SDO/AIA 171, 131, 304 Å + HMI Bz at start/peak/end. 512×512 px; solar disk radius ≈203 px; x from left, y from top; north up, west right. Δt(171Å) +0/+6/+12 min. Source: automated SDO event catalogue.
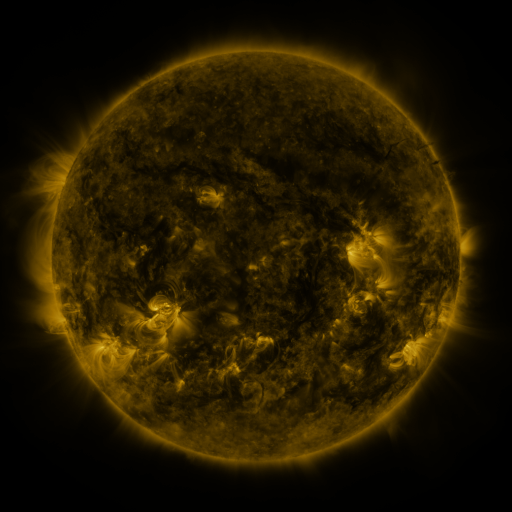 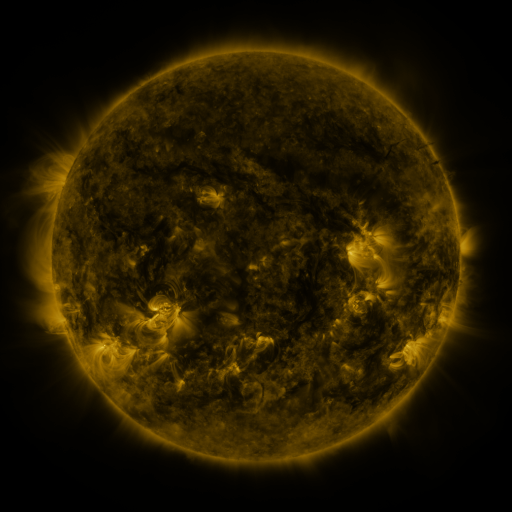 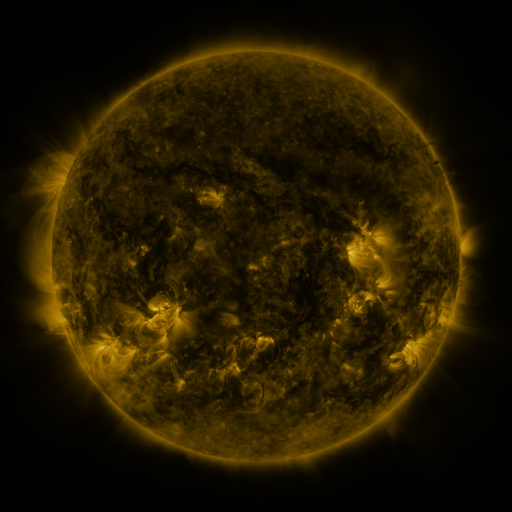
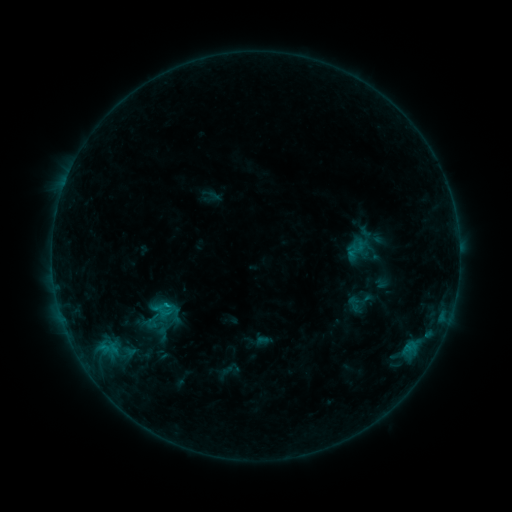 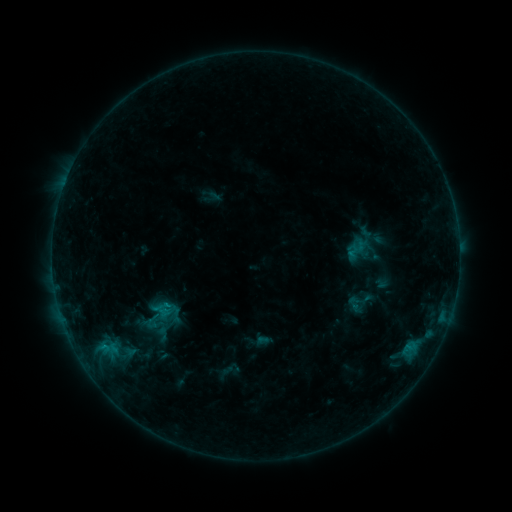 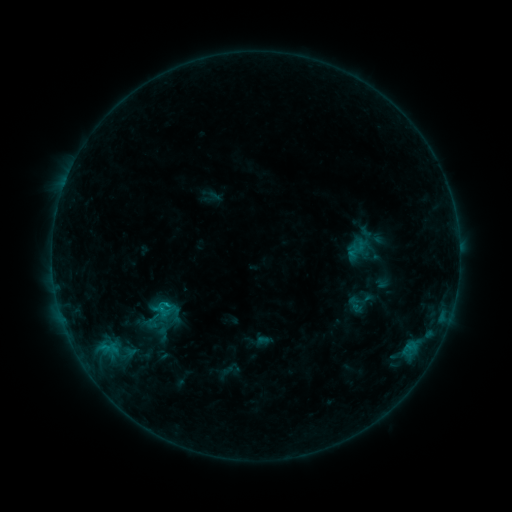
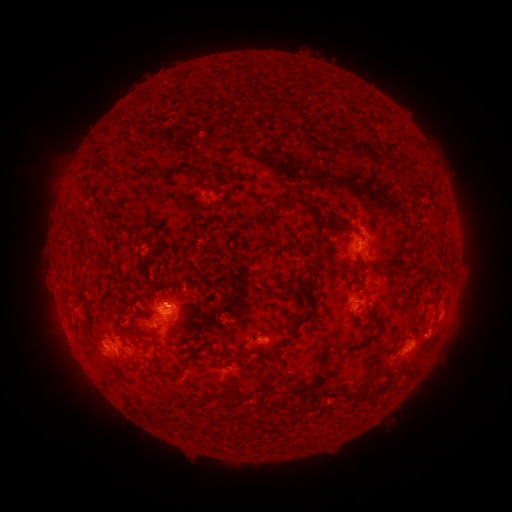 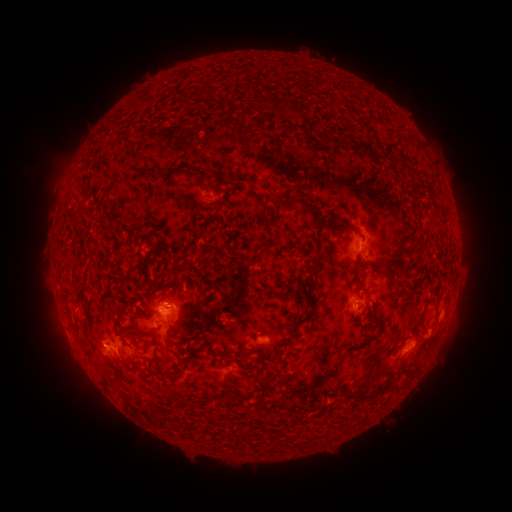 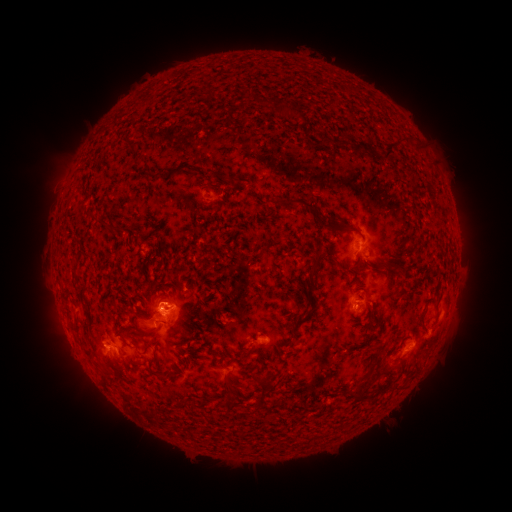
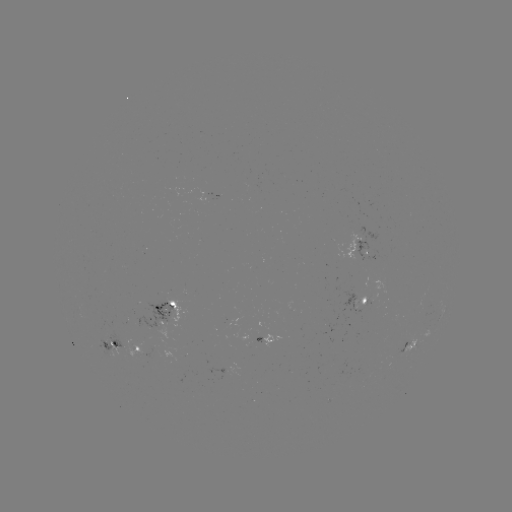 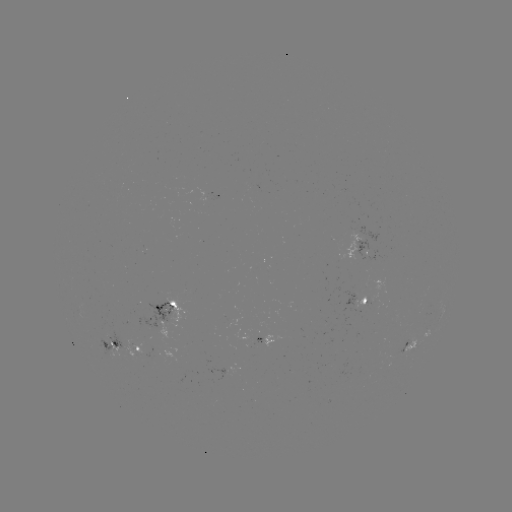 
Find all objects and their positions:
B8.7 flare: (105, 344)
